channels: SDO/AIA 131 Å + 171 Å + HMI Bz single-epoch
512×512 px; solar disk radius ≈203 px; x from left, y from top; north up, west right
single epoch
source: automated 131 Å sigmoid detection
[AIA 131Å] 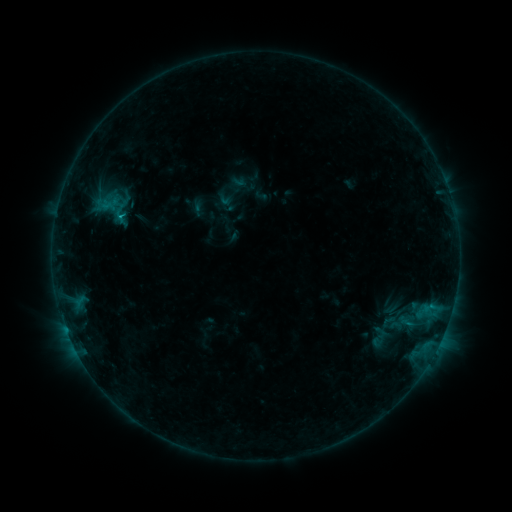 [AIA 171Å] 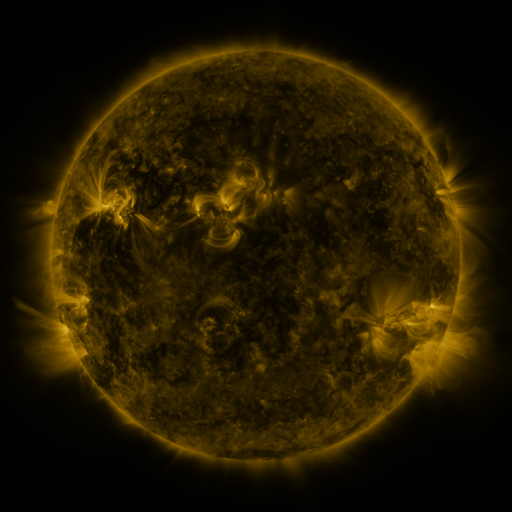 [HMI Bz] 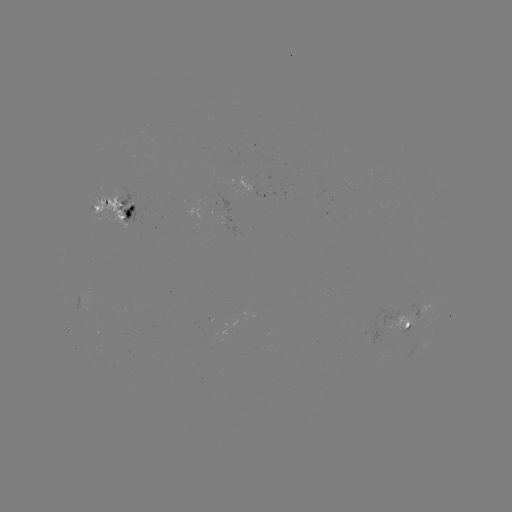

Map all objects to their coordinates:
sigmoid: [366, 323, 392, 350]
